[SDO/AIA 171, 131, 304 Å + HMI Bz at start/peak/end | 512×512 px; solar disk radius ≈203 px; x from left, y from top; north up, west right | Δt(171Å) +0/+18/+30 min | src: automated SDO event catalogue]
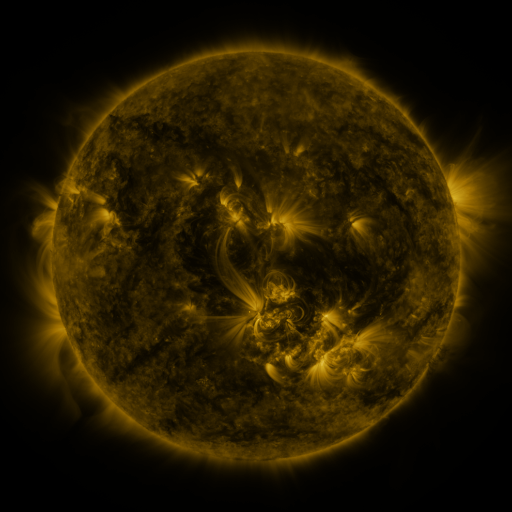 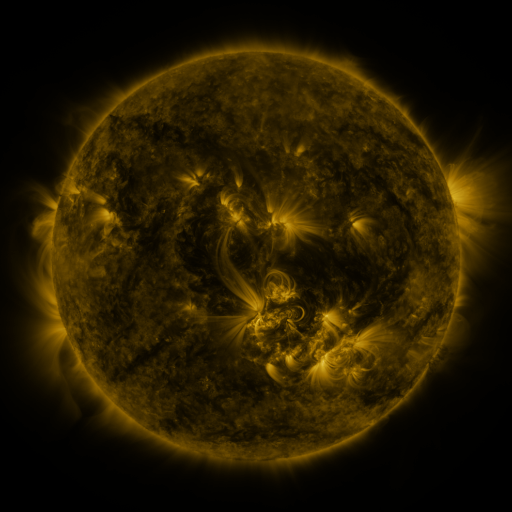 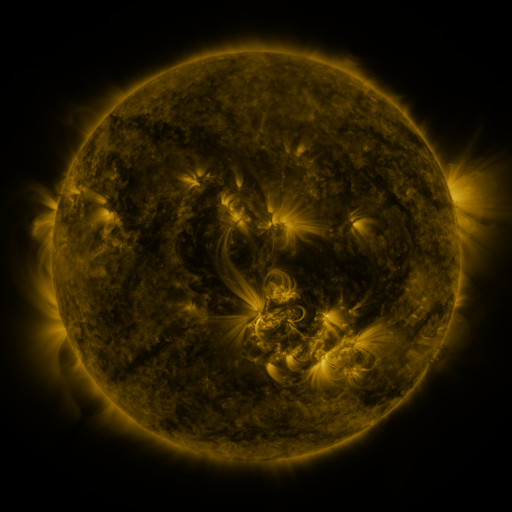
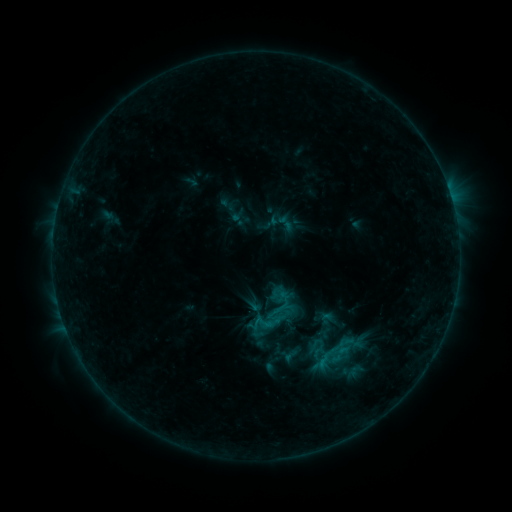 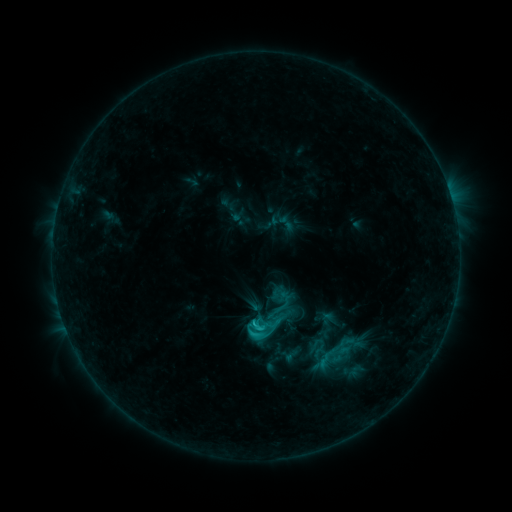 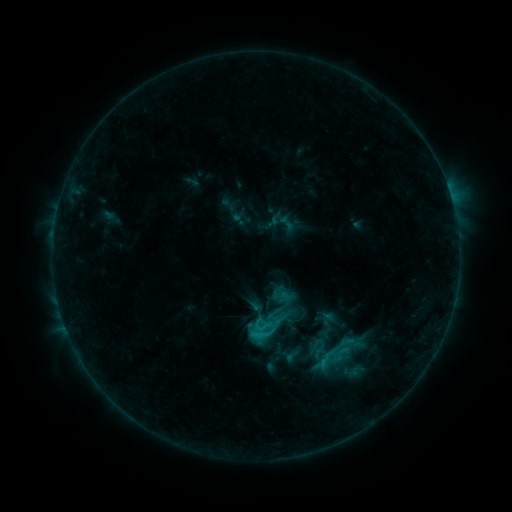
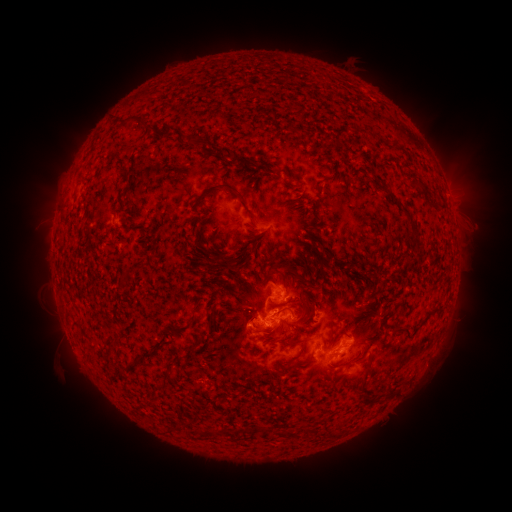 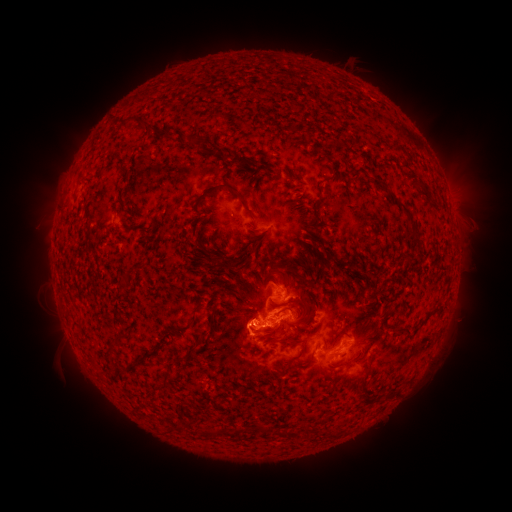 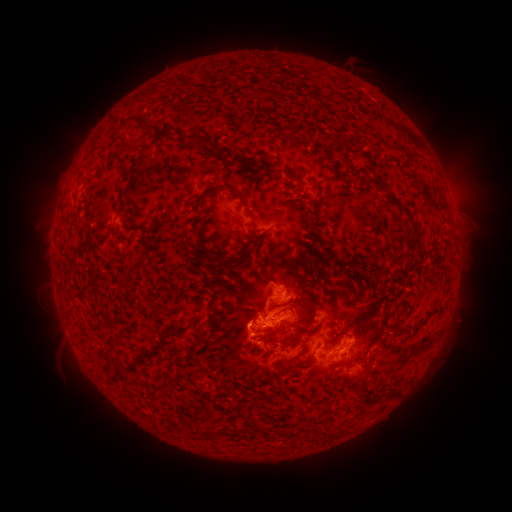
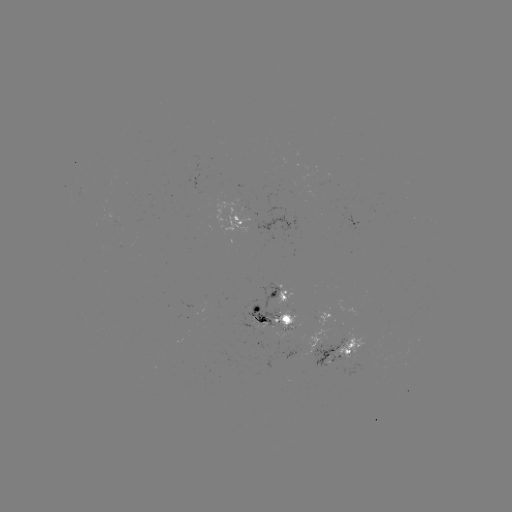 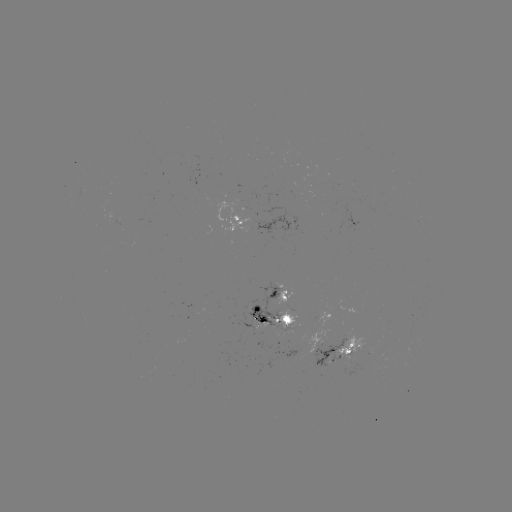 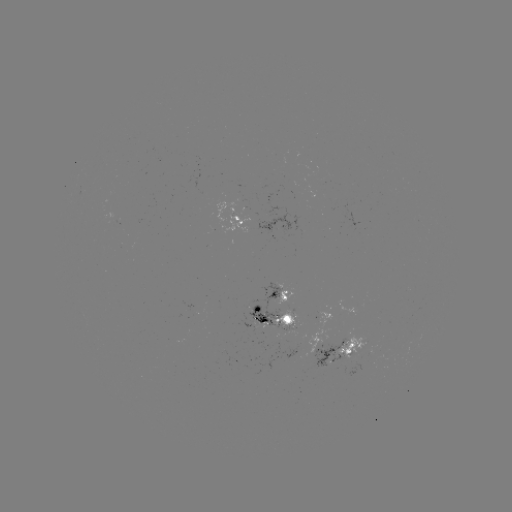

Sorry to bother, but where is C2.2 flare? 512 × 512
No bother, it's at (259, 326).